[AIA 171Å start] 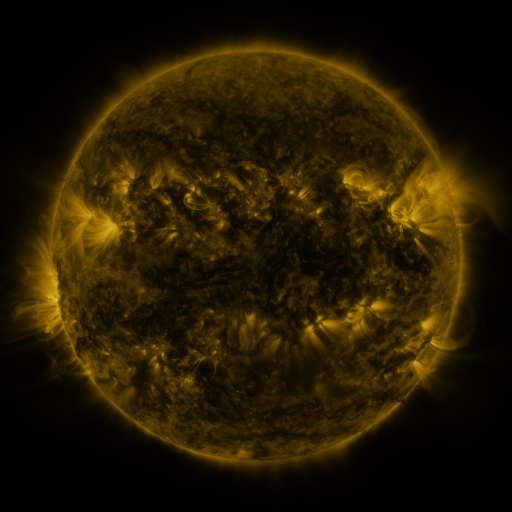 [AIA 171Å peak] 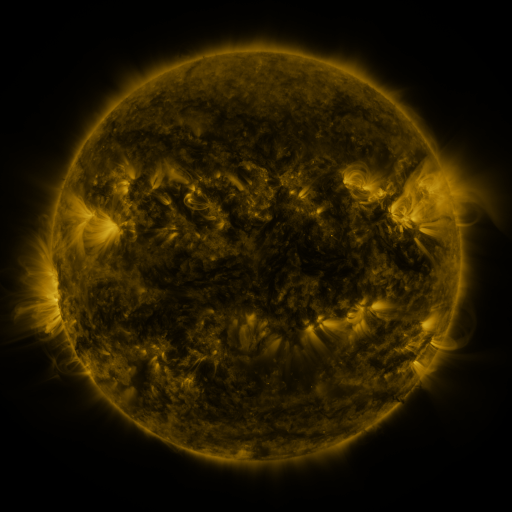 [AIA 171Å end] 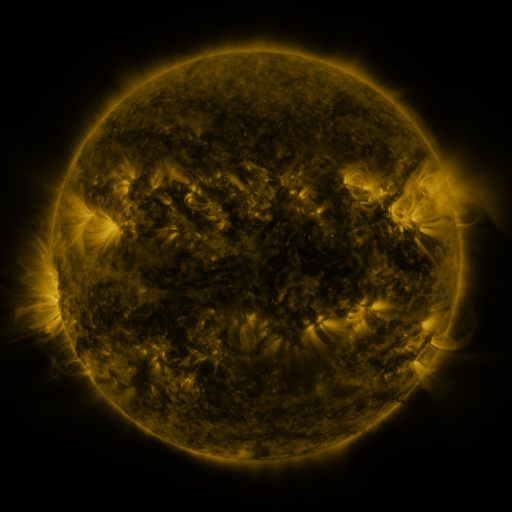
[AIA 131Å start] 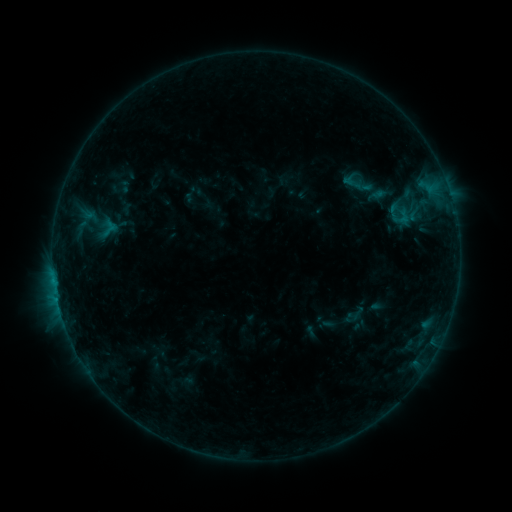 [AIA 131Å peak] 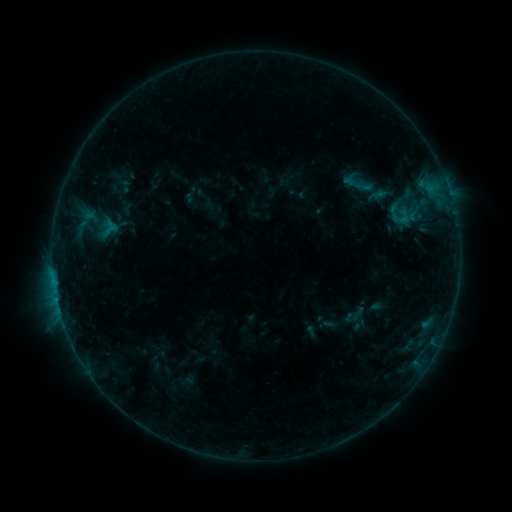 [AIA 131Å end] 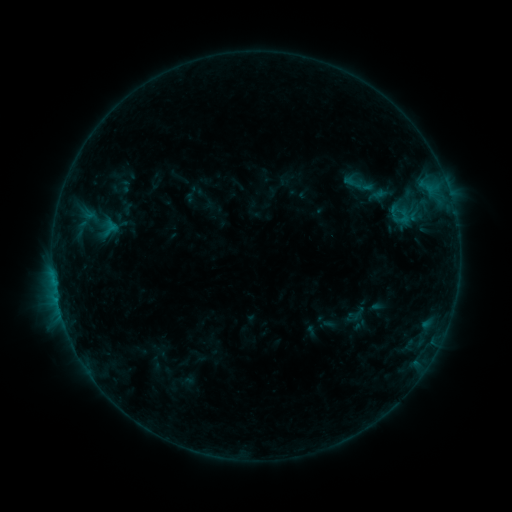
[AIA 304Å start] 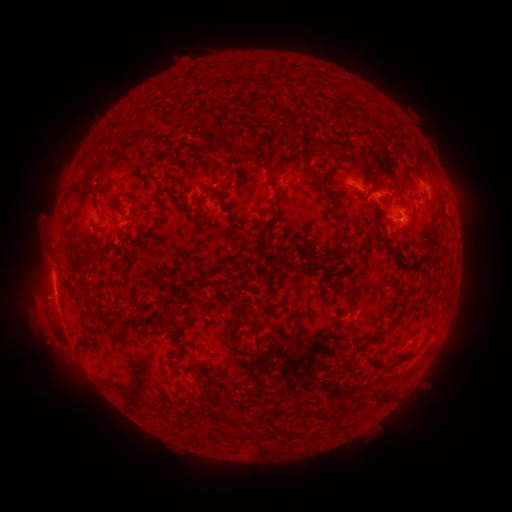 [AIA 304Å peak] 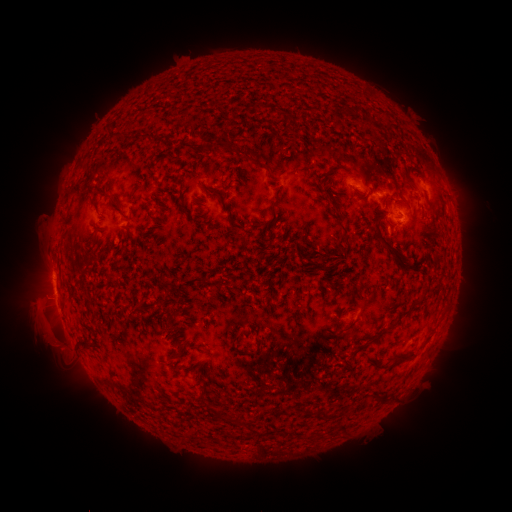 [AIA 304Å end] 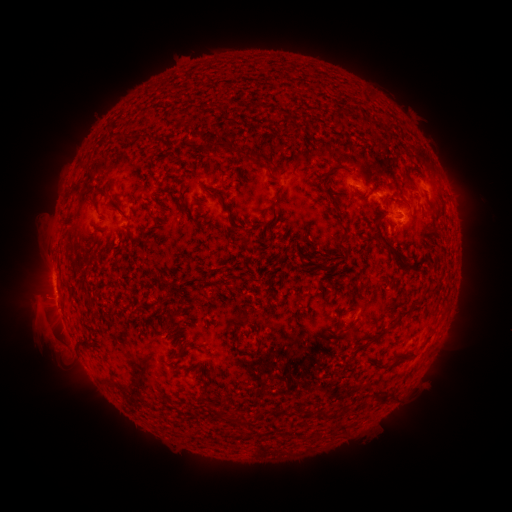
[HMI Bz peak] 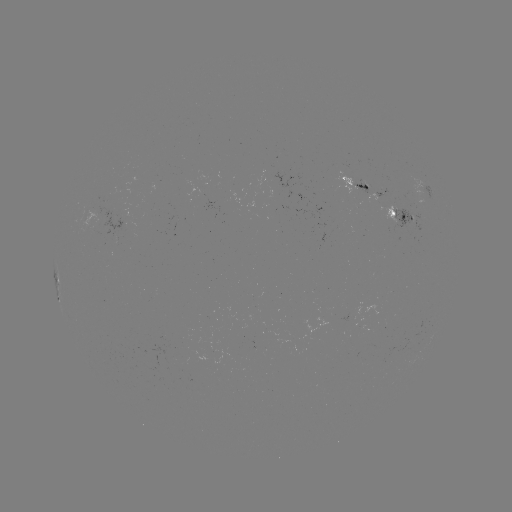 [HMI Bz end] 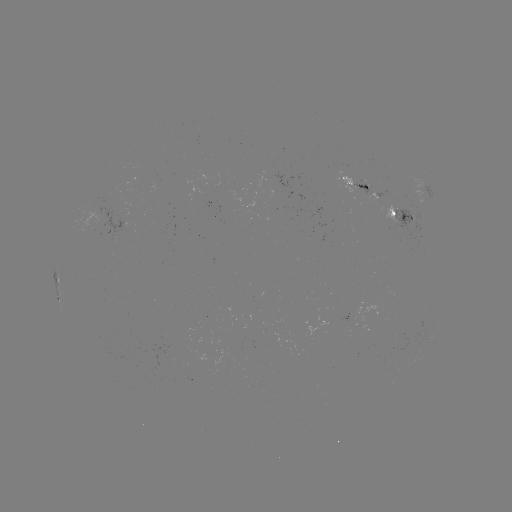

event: eruption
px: (49, 341)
